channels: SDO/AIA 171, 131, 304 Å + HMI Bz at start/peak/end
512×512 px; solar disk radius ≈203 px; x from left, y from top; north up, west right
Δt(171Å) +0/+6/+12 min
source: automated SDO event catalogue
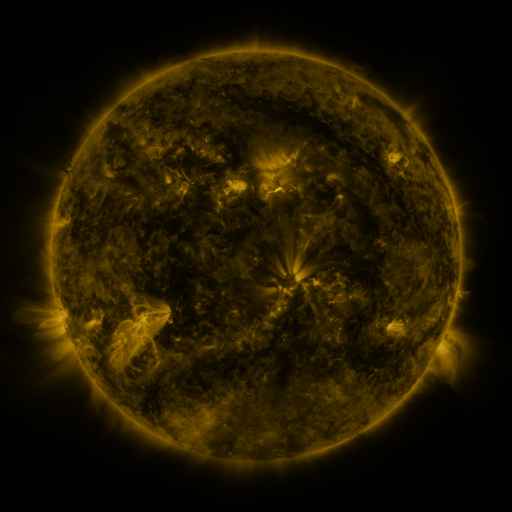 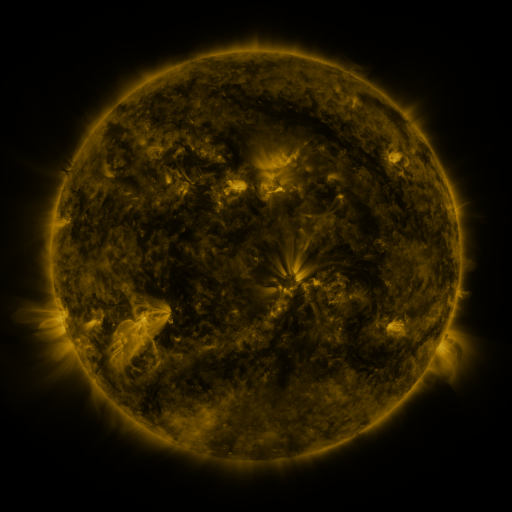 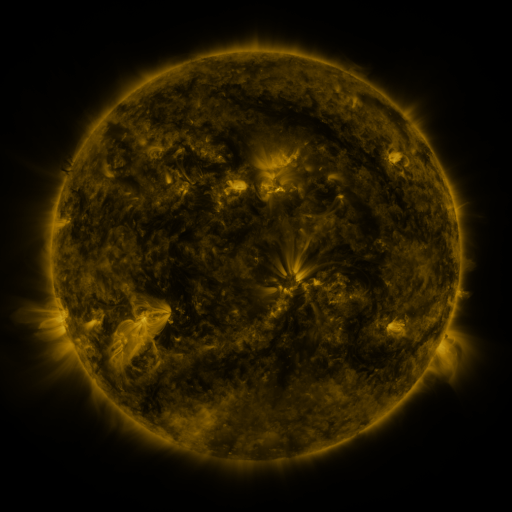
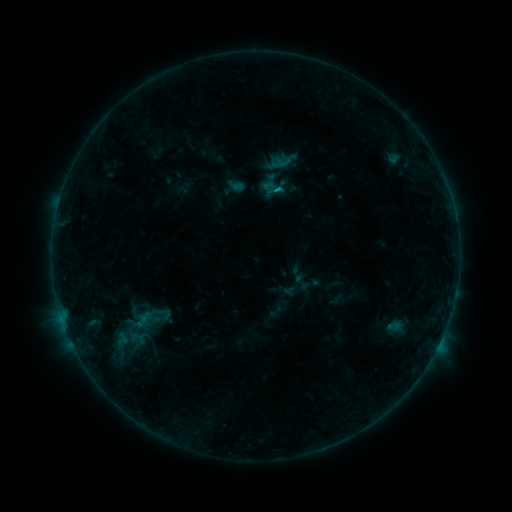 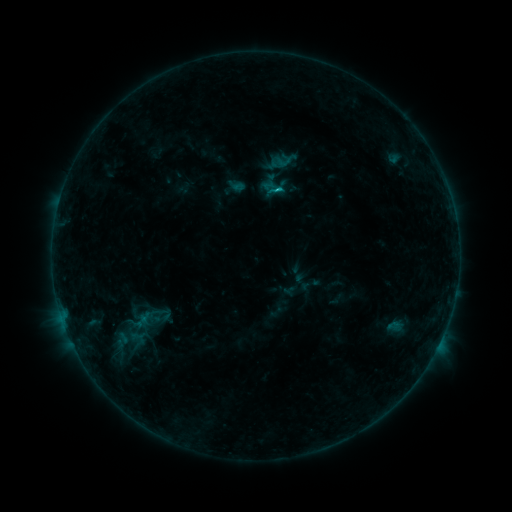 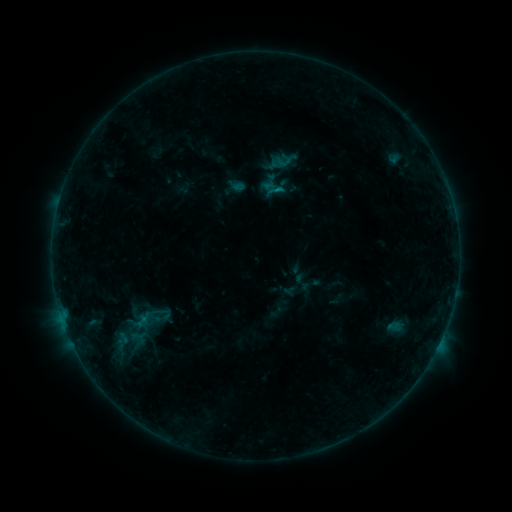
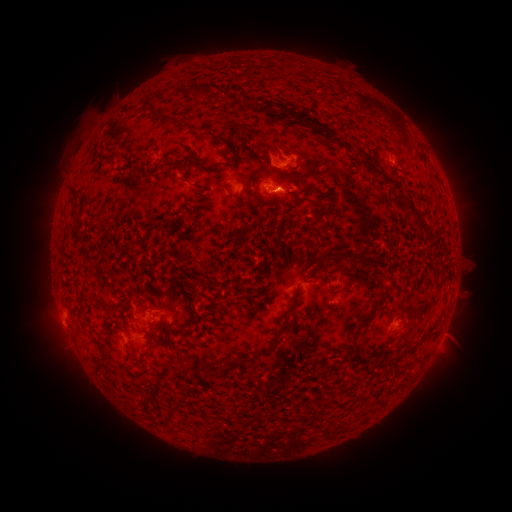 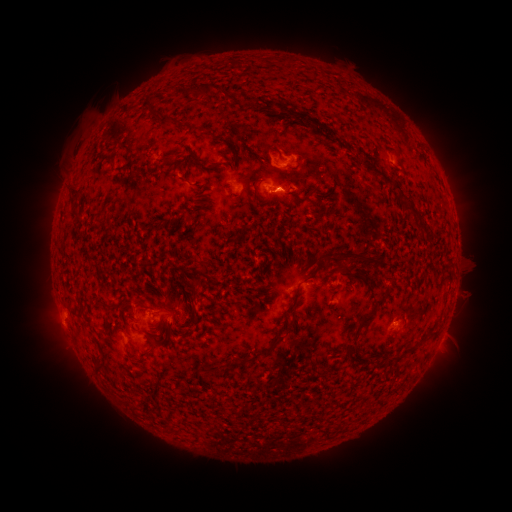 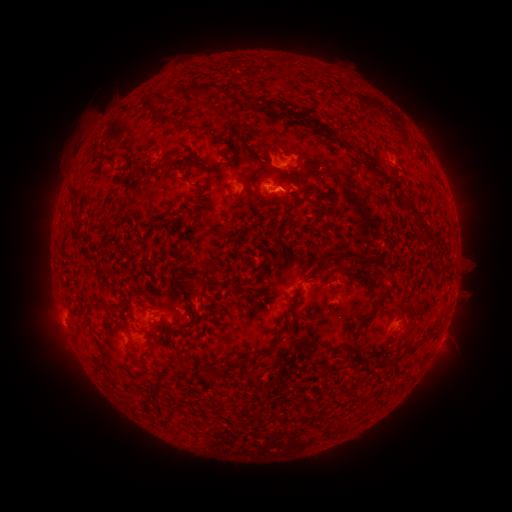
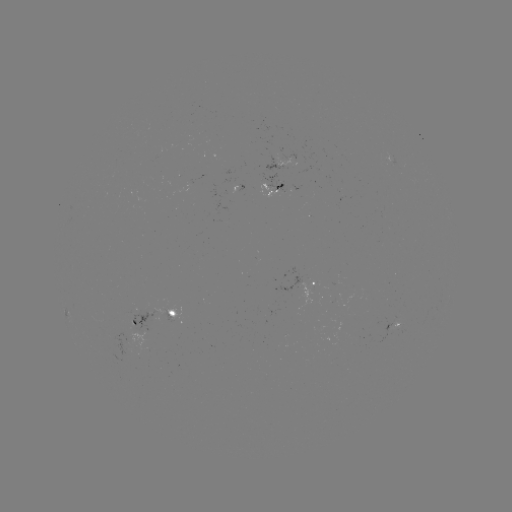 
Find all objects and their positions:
B6.9 flare: (276, 190)
